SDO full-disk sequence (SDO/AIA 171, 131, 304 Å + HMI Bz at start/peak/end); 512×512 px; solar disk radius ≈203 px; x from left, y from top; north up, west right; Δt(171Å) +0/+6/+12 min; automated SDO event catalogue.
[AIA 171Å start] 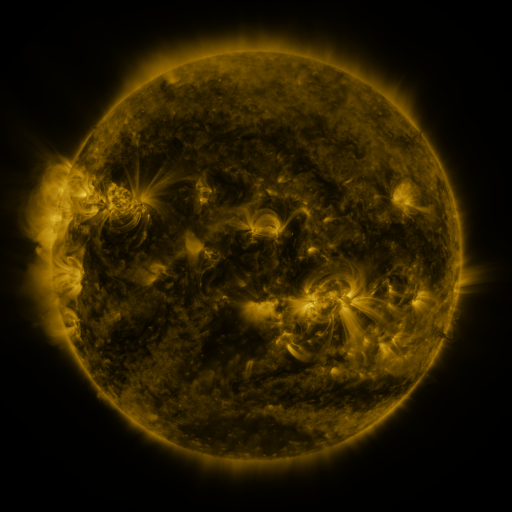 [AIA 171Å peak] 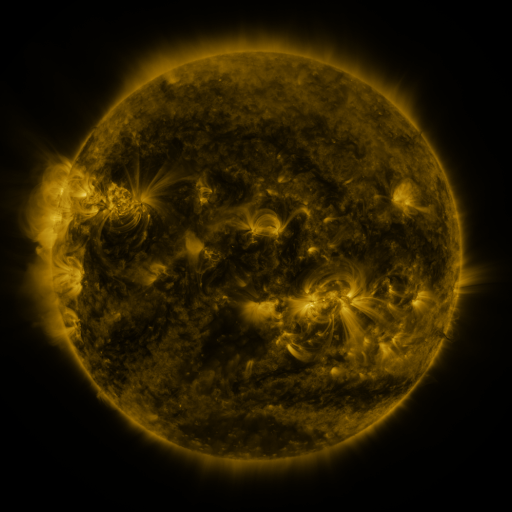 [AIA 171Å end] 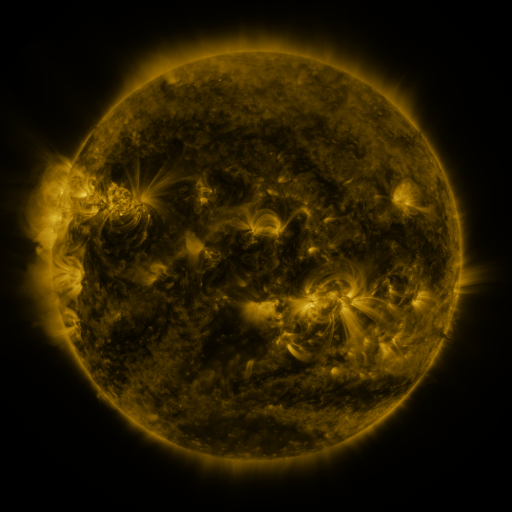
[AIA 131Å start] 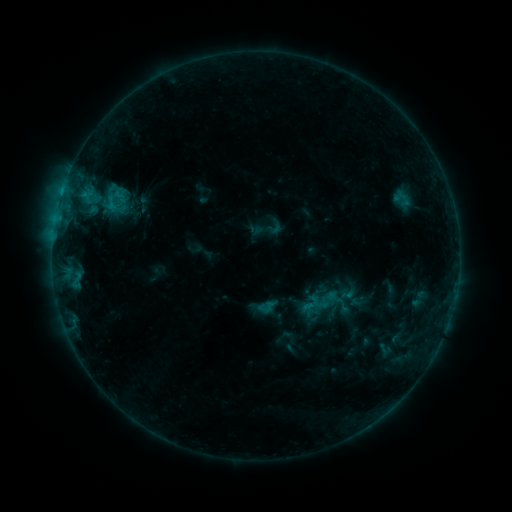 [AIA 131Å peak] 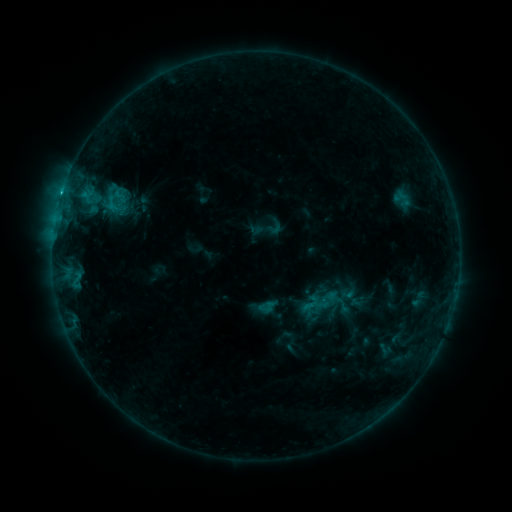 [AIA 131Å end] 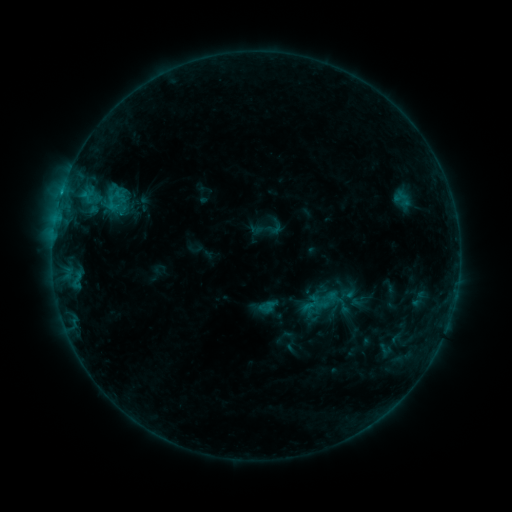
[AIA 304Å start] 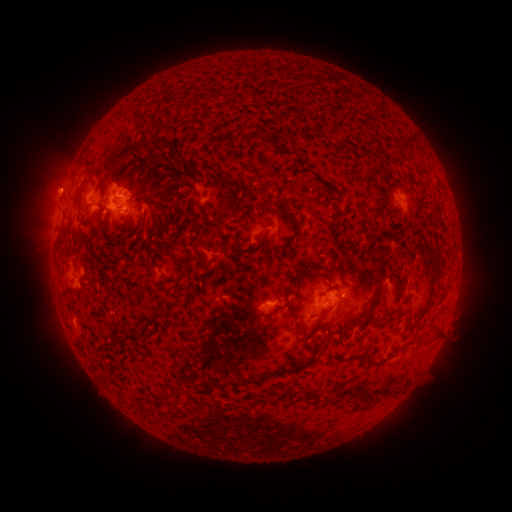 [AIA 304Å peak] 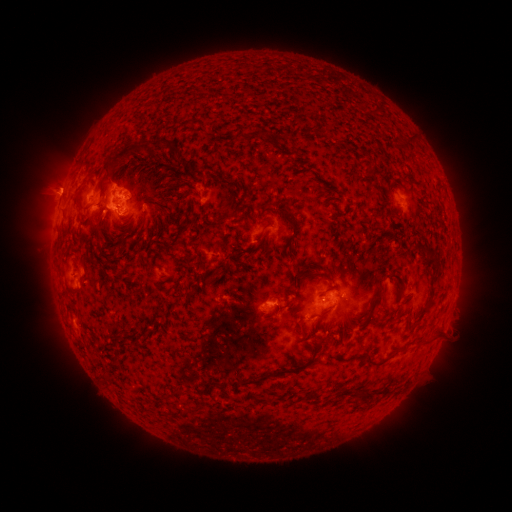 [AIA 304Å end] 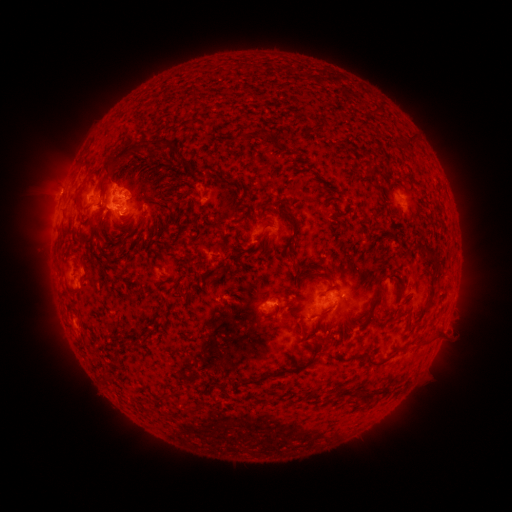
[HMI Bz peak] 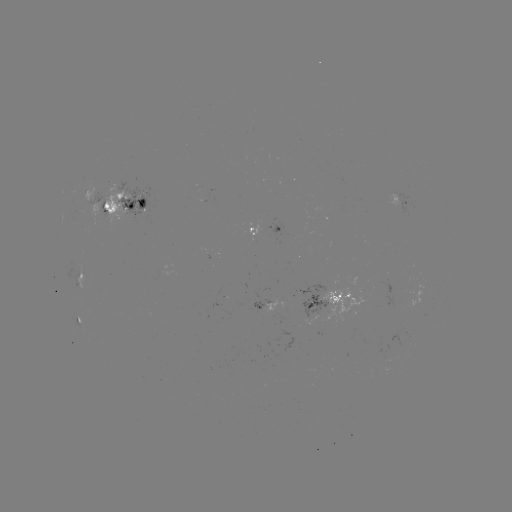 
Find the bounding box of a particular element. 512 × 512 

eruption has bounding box [35, 167, 86, 215].